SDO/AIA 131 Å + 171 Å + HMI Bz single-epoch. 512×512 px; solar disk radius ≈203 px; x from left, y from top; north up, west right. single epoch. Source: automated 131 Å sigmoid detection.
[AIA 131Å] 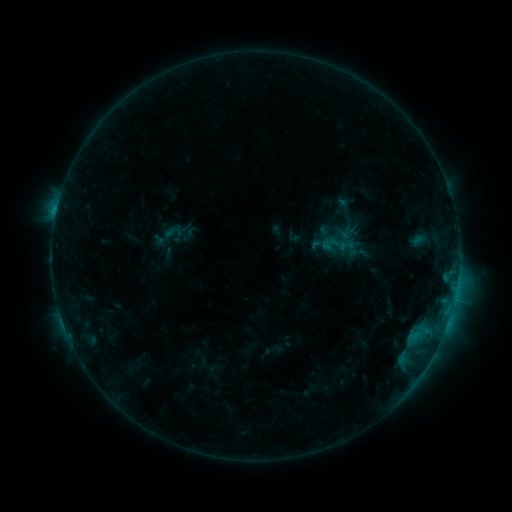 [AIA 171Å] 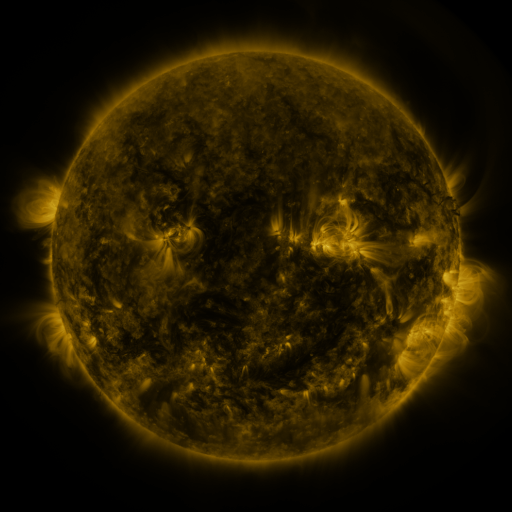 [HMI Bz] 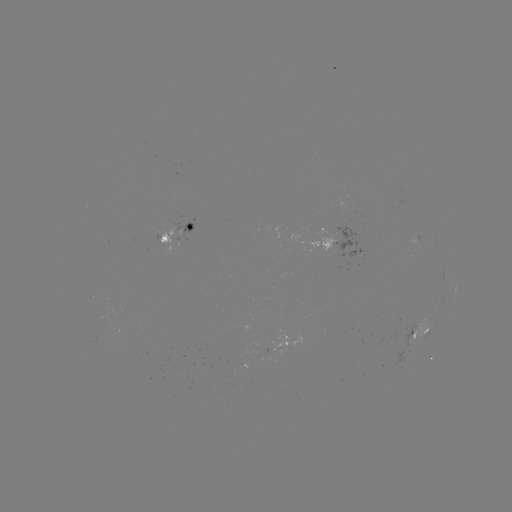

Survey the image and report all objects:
sigmoid: (169, 235)
sigmoid: (336, 244)
